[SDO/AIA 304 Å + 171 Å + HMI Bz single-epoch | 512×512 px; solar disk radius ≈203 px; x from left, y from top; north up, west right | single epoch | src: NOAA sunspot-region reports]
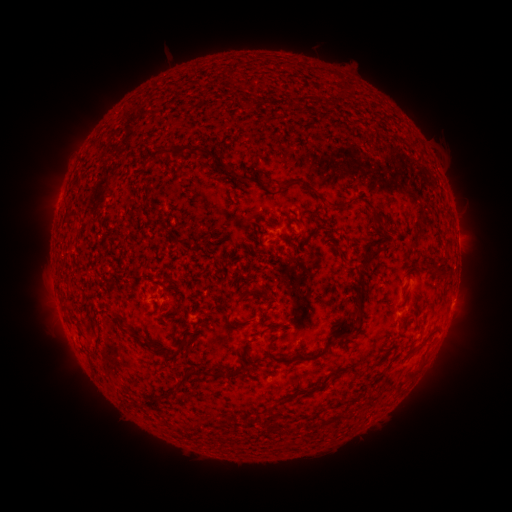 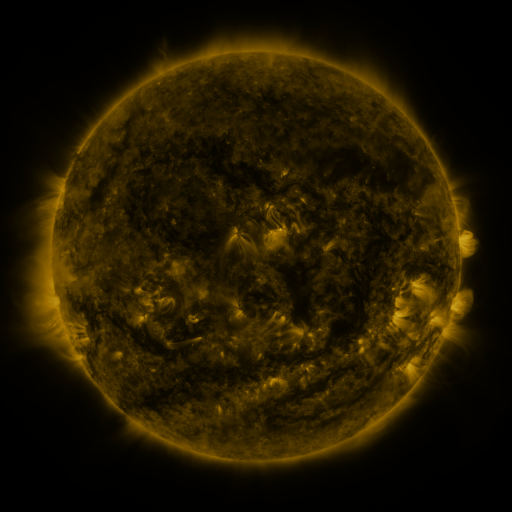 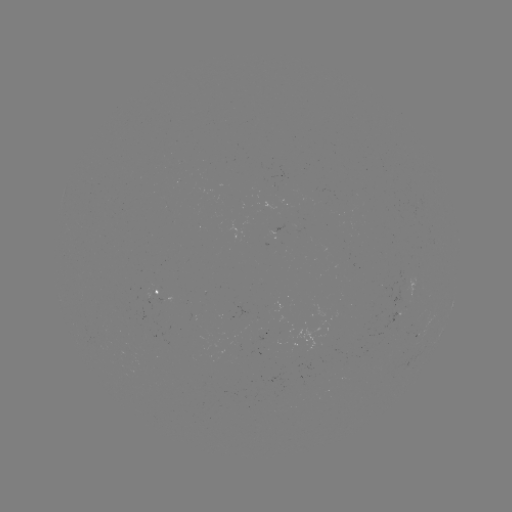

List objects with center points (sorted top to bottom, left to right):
spotted active region: (160, 299)
spotted active region: (453, 300)
